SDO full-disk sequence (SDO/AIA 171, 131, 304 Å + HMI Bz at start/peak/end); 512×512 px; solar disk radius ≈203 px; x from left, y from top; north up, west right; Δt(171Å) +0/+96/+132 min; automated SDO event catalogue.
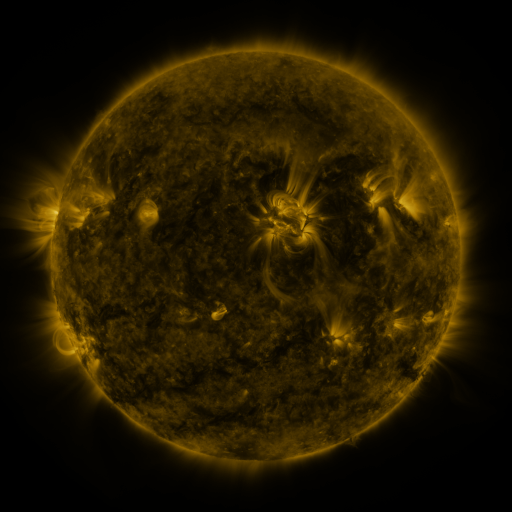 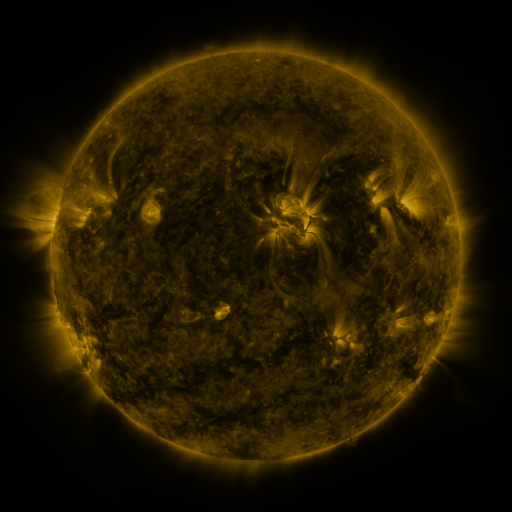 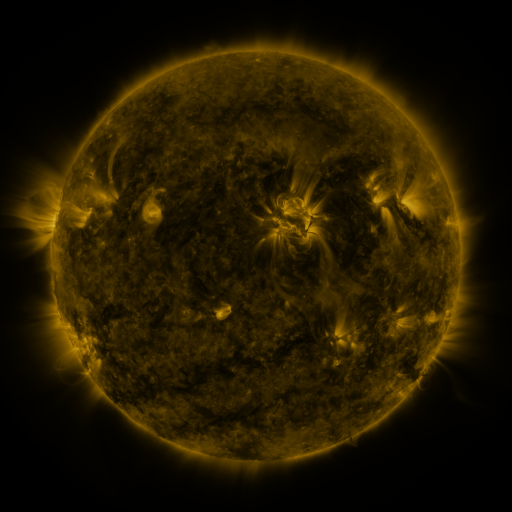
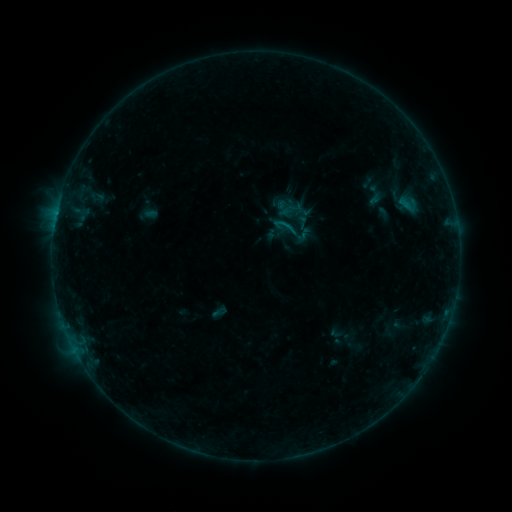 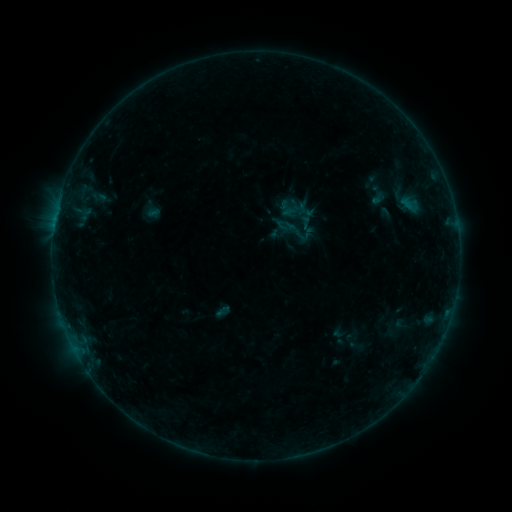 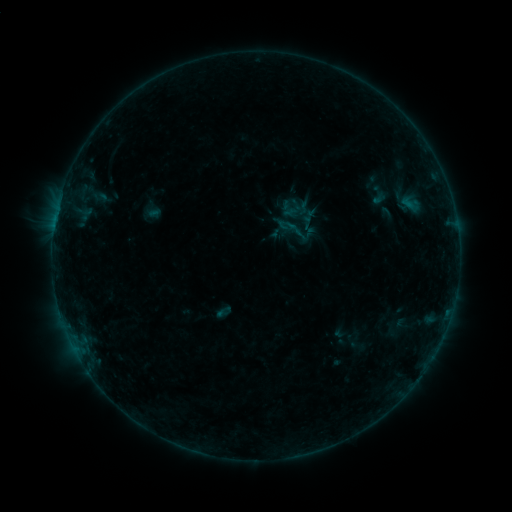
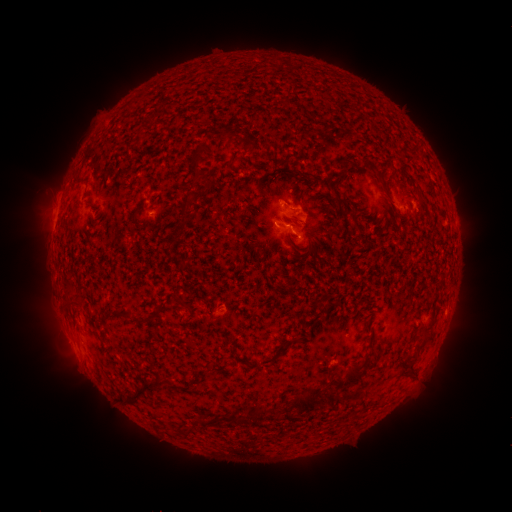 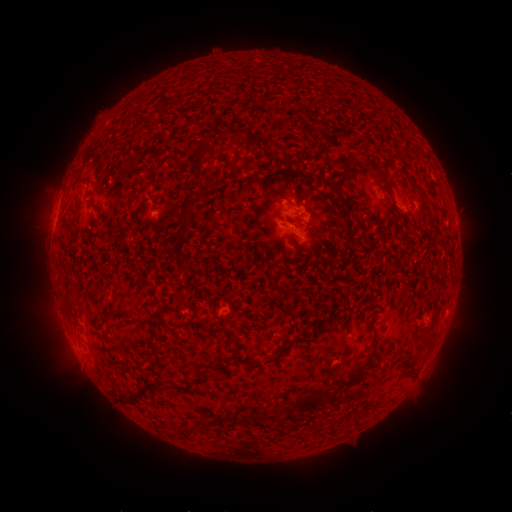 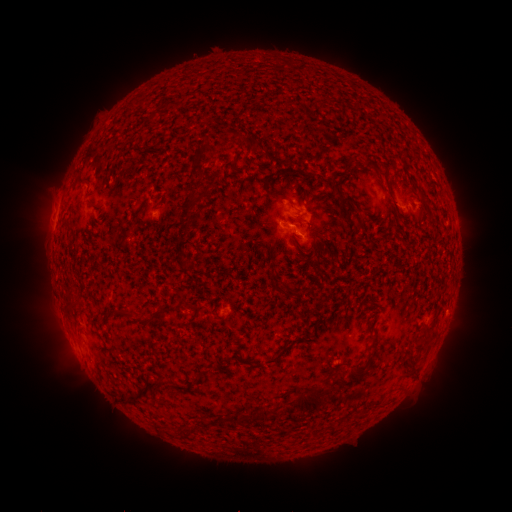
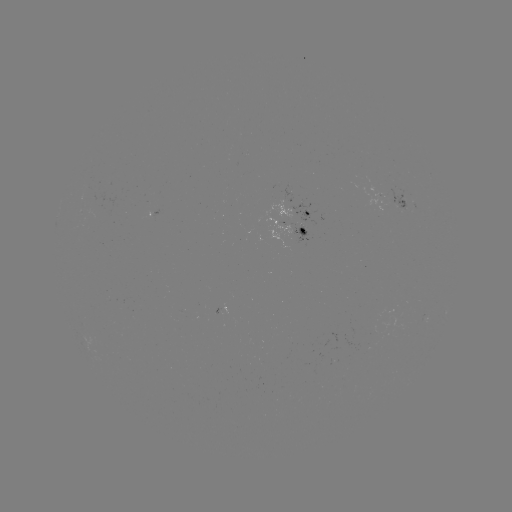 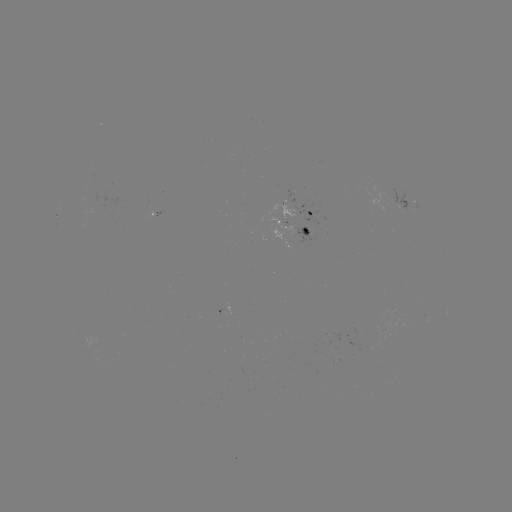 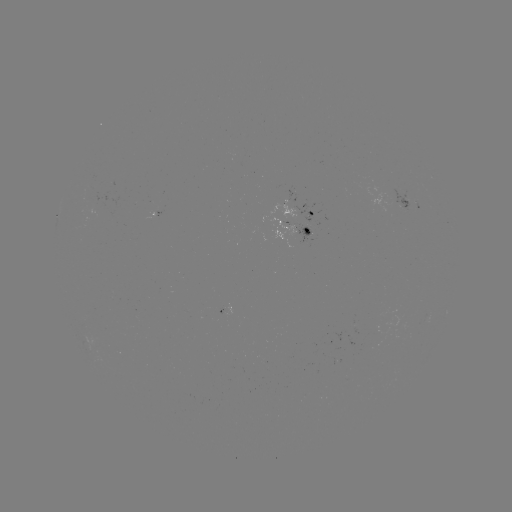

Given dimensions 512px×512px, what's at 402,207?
emerging-flux region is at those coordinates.